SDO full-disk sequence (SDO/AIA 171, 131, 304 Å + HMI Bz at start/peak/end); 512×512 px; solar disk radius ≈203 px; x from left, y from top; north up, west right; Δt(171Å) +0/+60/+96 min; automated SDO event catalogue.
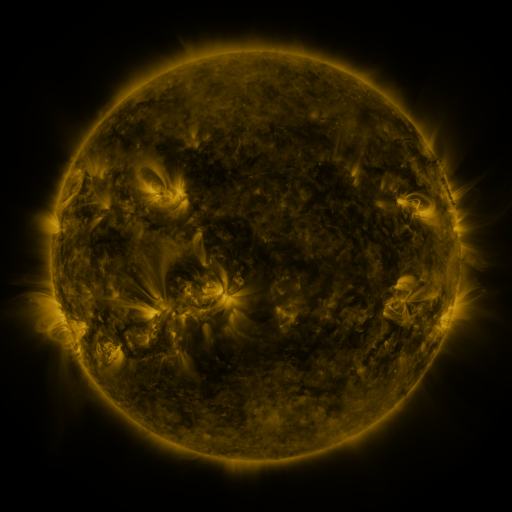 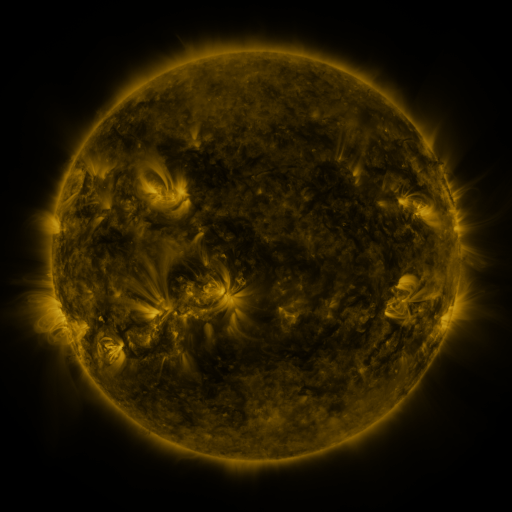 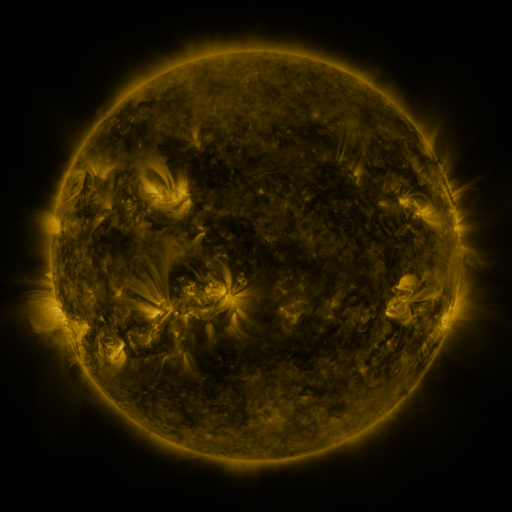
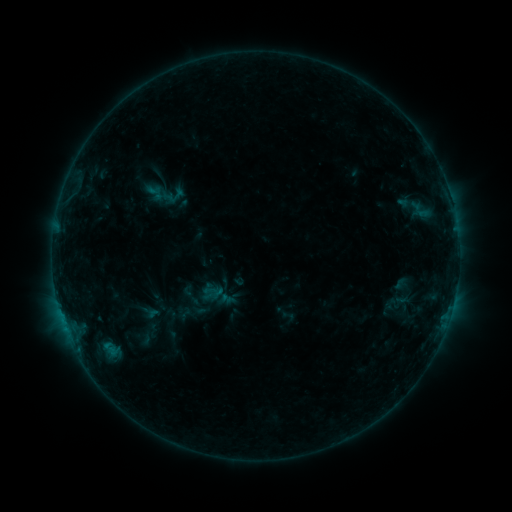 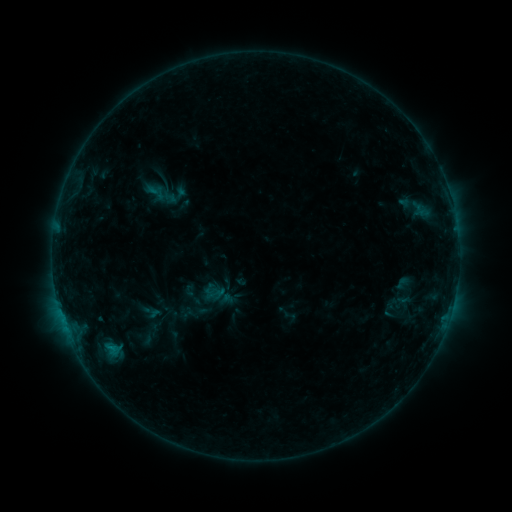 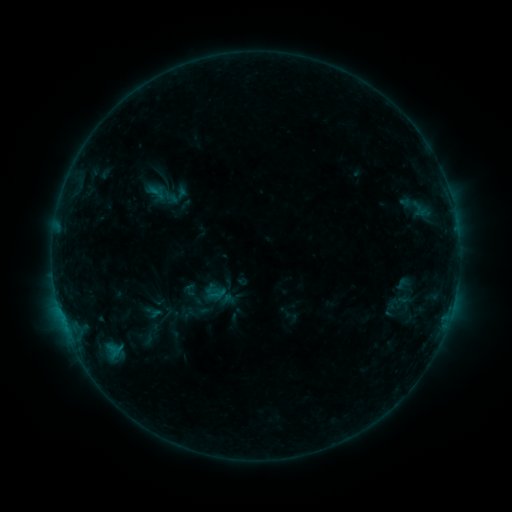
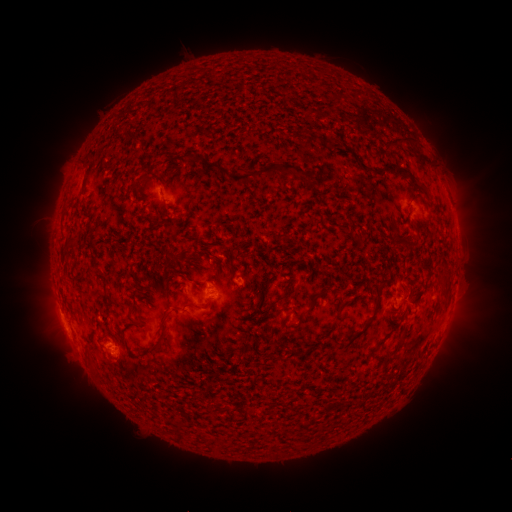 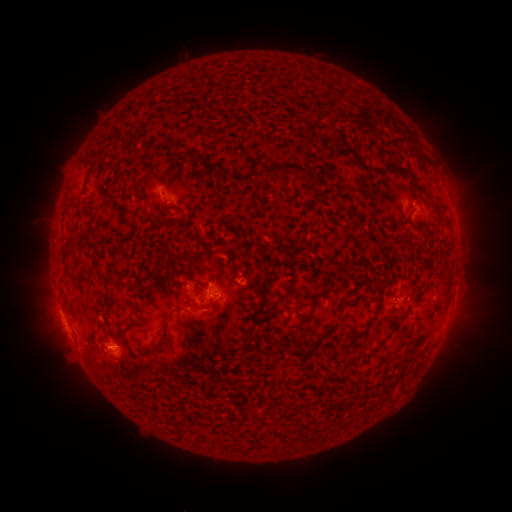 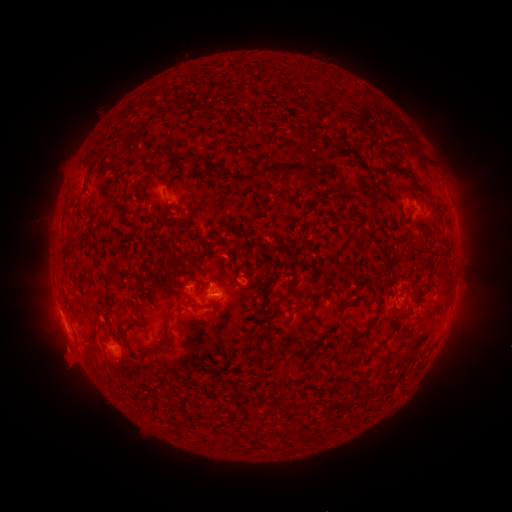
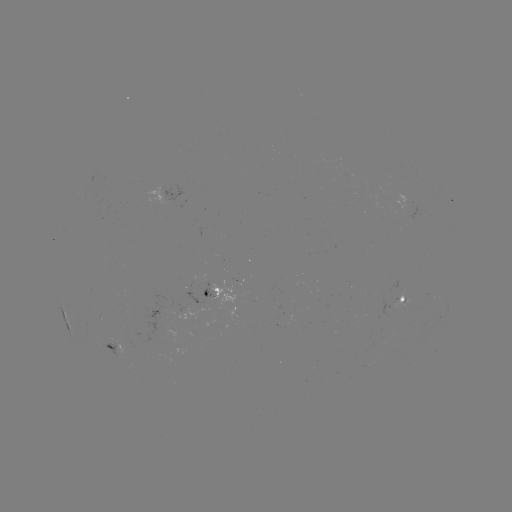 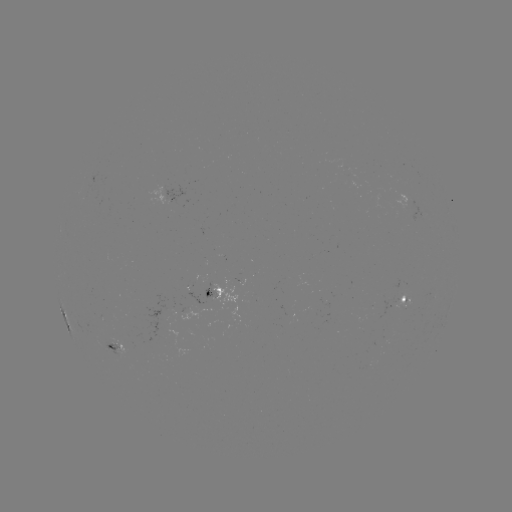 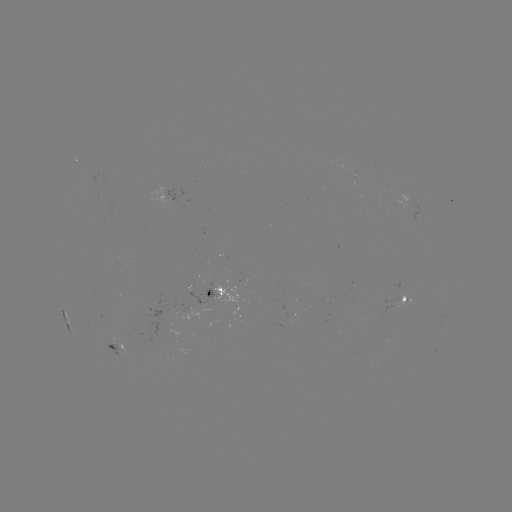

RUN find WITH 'emerging-flux region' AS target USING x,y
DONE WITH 113,346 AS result